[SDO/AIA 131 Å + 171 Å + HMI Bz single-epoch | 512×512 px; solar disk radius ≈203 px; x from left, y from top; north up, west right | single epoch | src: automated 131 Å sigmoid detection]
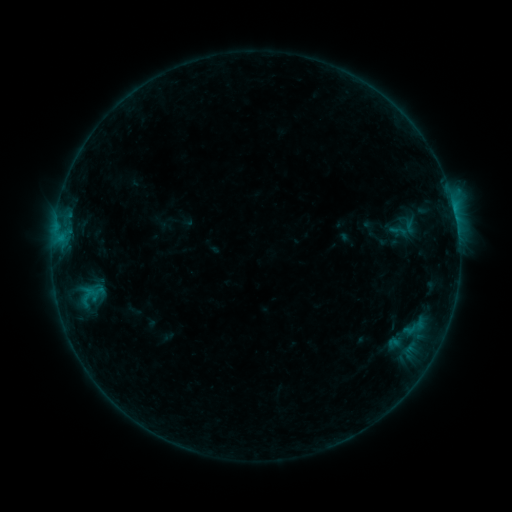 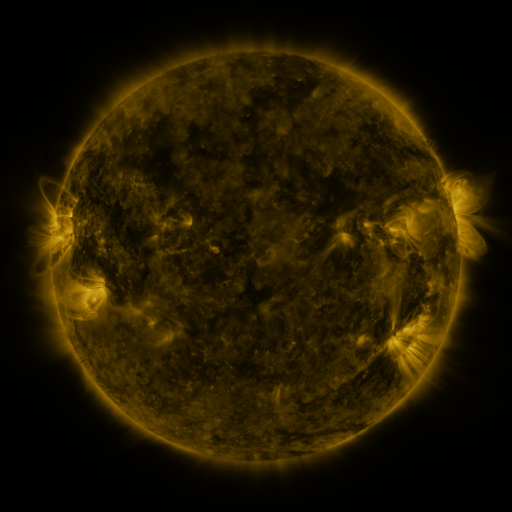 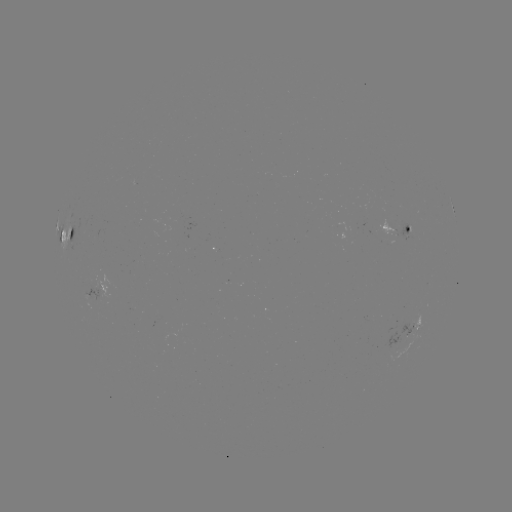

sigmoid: [387, 221, 409, 239]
